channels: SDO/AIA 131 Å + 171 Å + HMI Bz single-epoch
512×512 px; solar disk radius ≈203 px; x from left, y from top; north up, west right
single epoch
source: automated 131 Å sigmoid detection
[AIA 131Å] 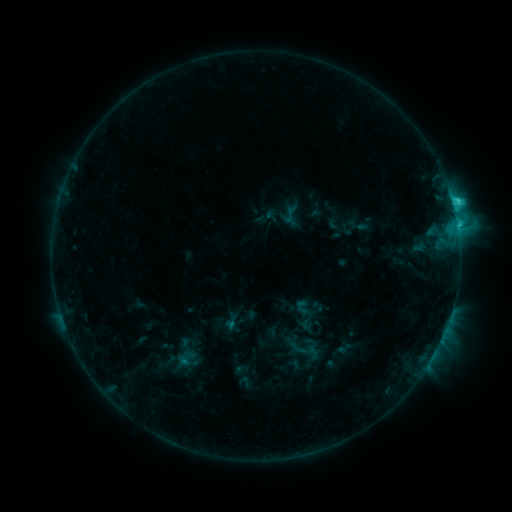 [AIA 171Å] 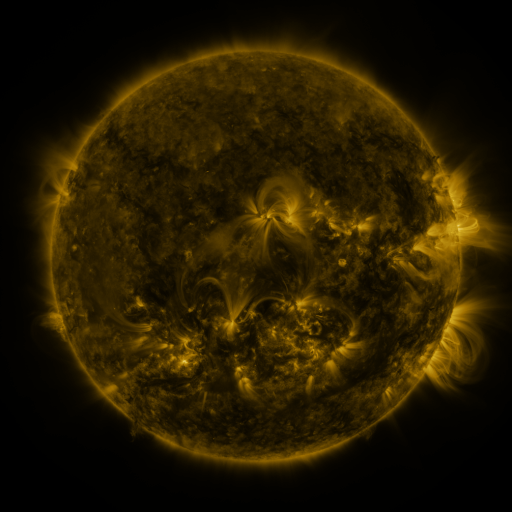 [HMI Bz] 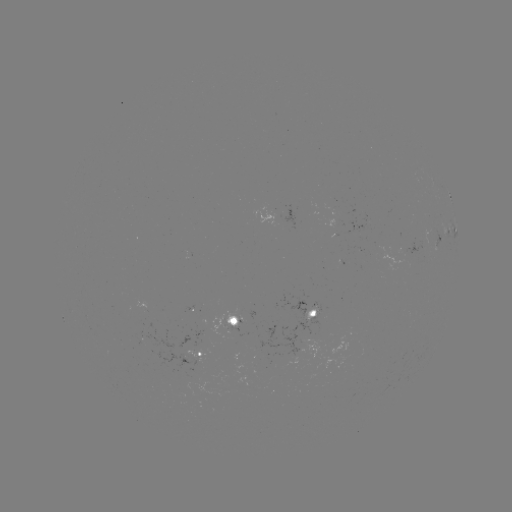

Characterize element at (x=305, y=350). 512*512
sigmoid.